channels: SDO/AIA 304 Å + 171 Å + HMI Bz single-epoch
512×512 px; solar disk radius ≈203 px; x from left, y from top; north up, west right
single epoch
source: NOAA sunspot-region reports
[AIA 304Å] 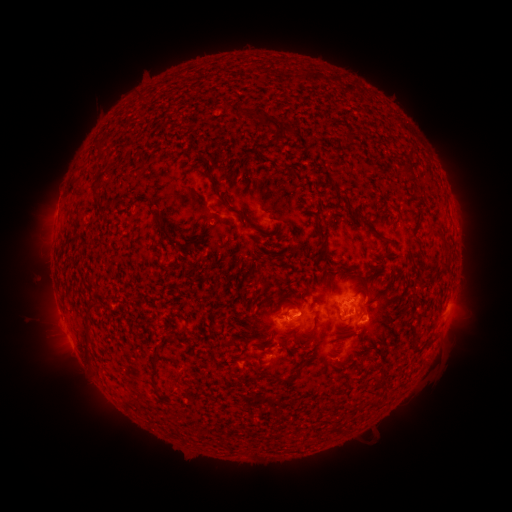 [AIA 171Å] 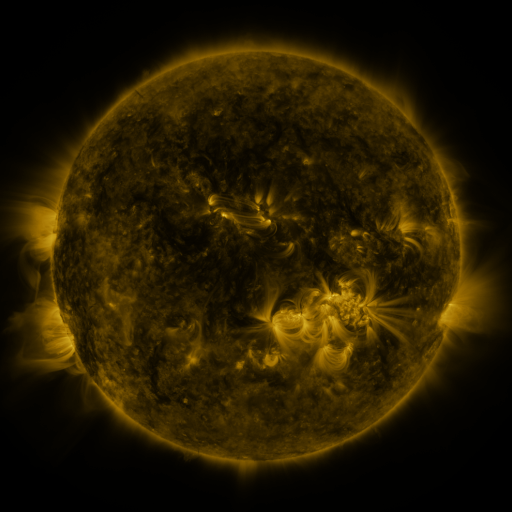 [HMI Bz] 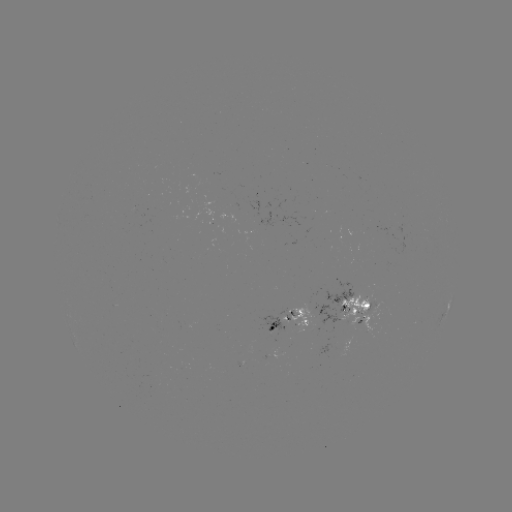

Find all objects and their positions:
spotted active region: (358, 309)
spotted active region: (445, 315)
spotted active region: (286, 321)
